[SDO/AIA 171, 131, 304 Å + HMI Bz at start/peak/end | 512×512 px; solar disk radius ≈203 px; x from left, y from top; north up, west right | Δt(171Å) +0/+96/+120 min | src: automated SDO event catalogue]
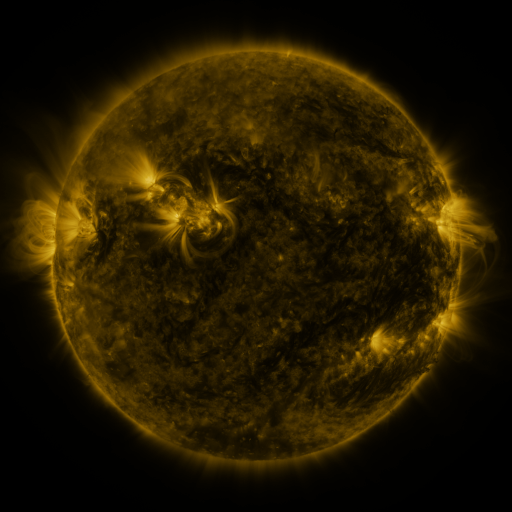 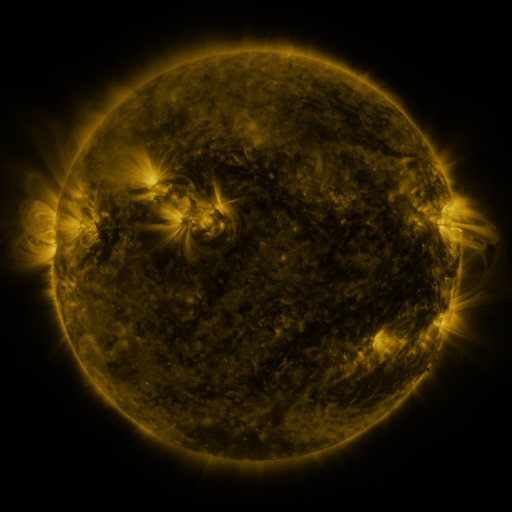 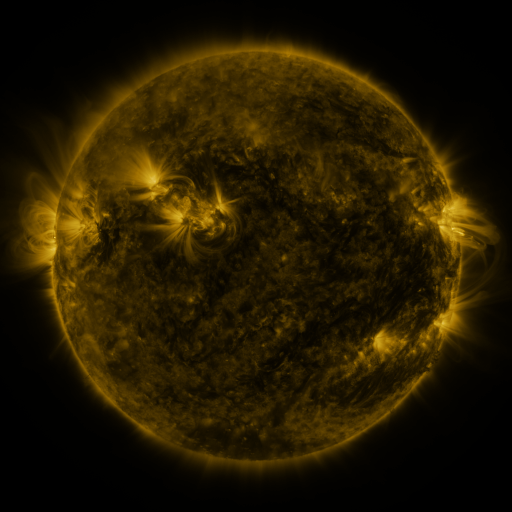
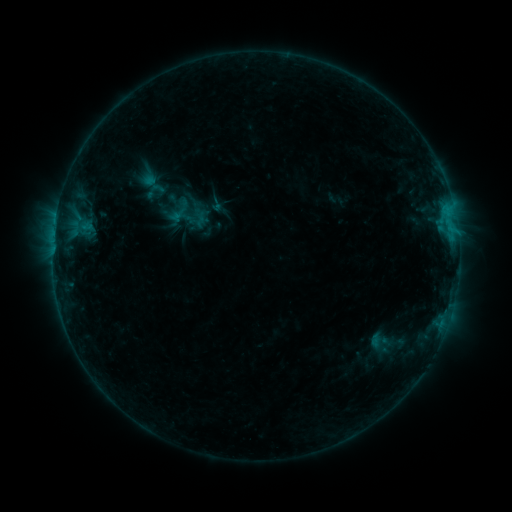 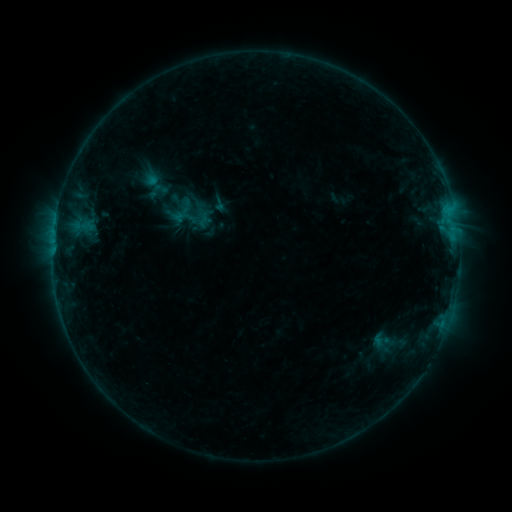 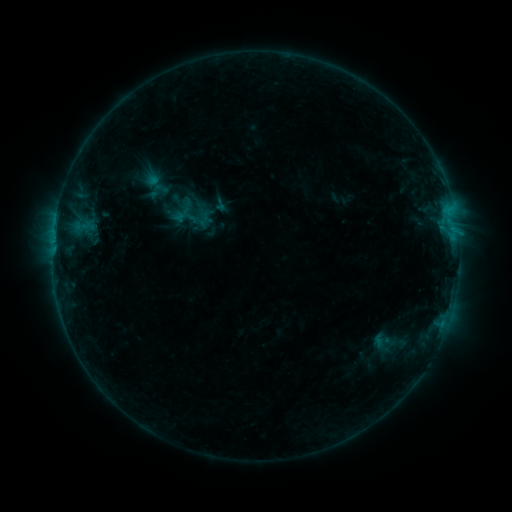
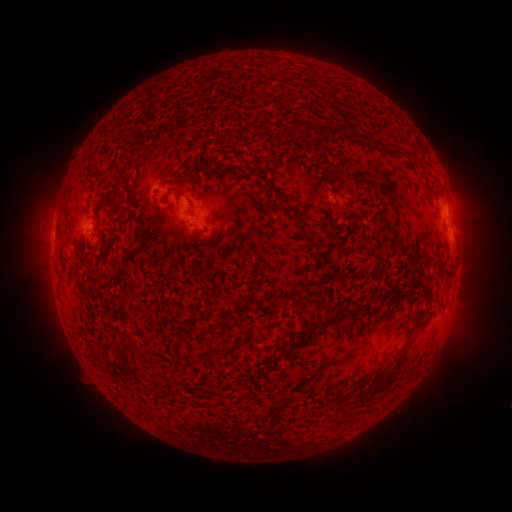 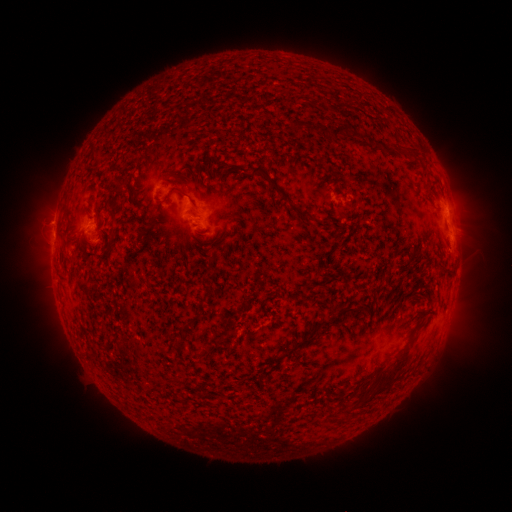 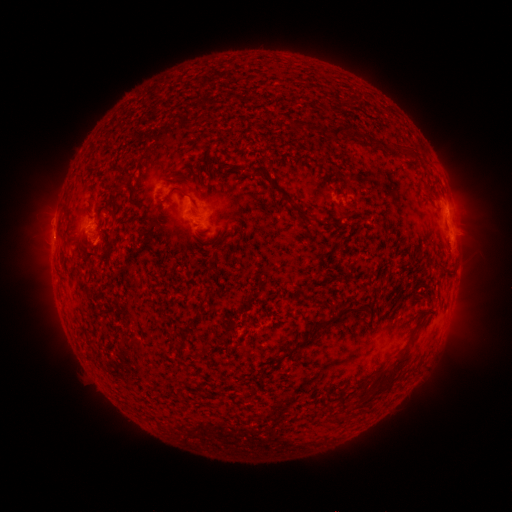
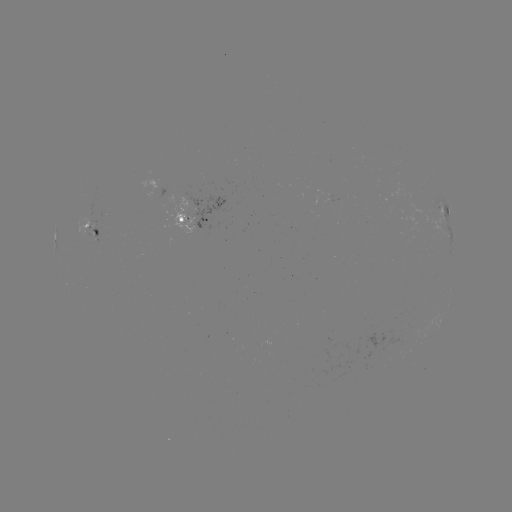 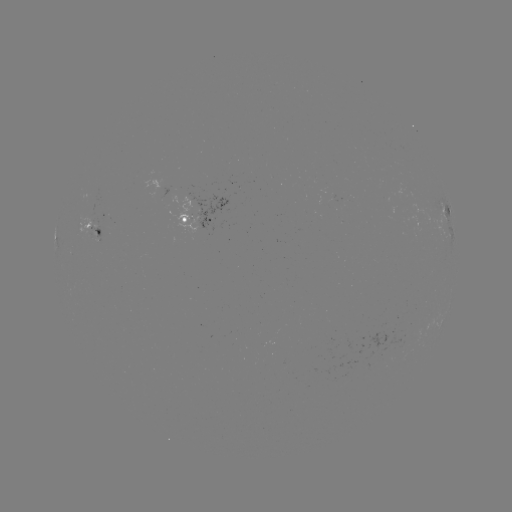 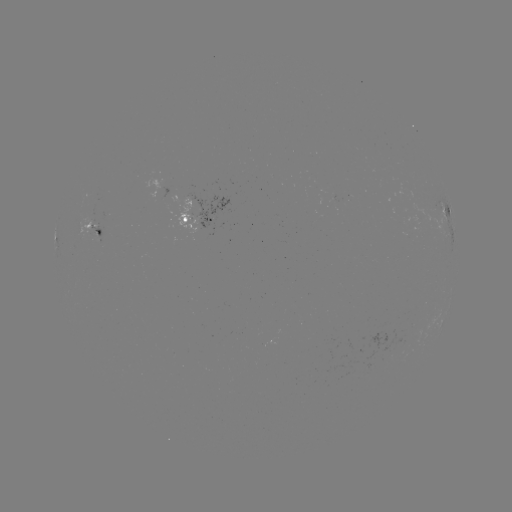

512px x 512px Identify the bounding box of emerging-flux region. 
[79, 217, 94, 239].